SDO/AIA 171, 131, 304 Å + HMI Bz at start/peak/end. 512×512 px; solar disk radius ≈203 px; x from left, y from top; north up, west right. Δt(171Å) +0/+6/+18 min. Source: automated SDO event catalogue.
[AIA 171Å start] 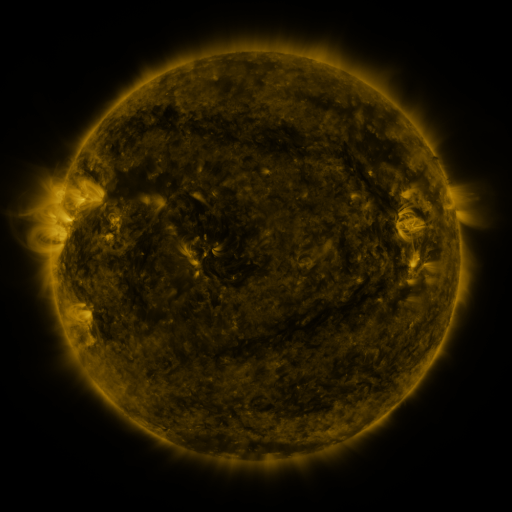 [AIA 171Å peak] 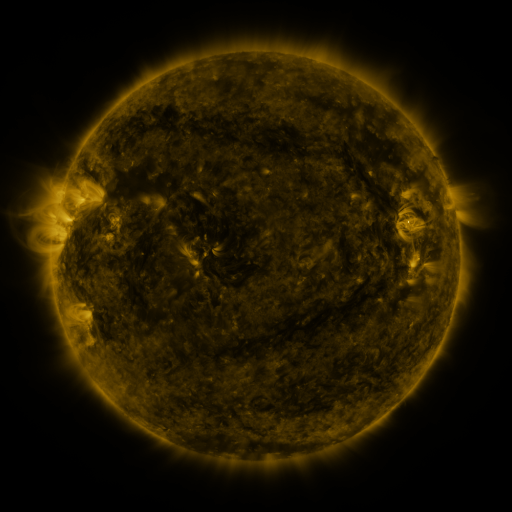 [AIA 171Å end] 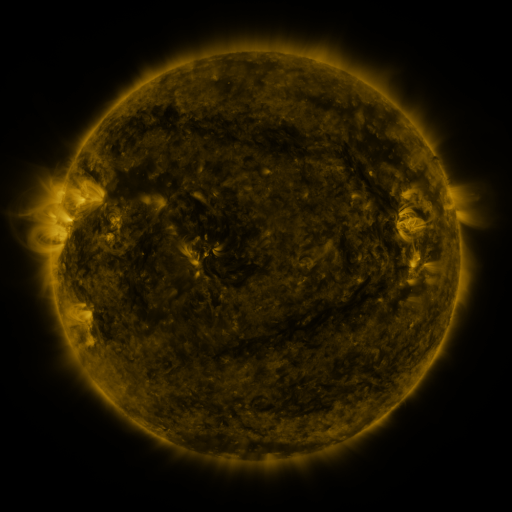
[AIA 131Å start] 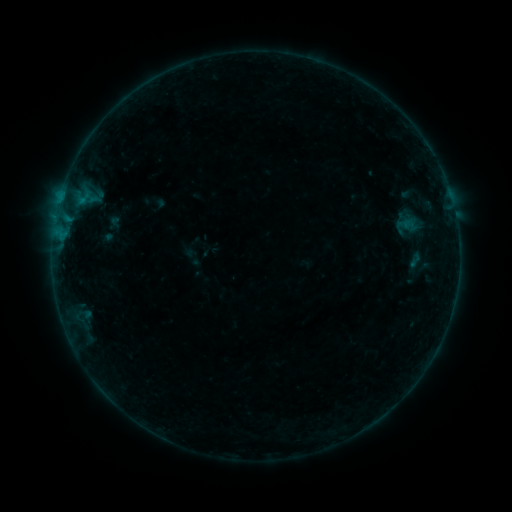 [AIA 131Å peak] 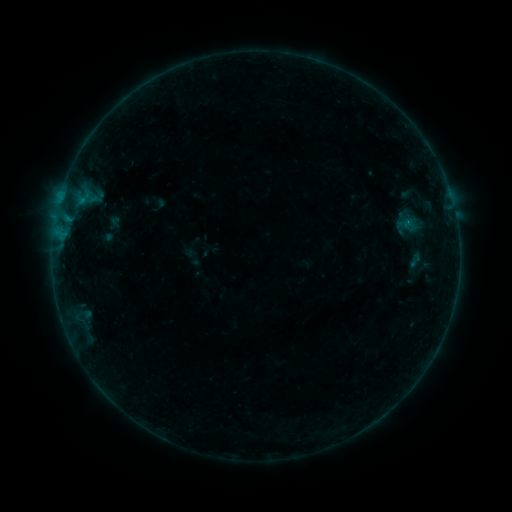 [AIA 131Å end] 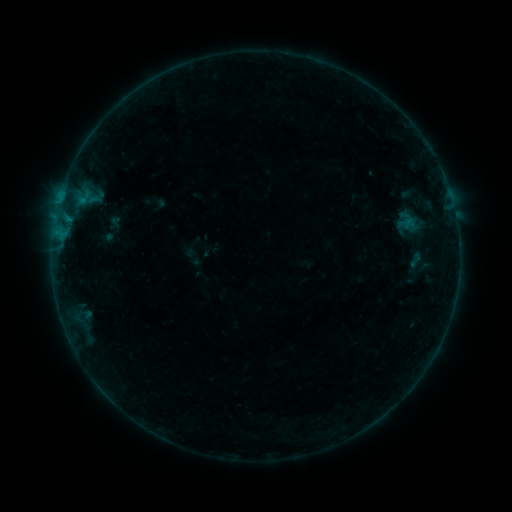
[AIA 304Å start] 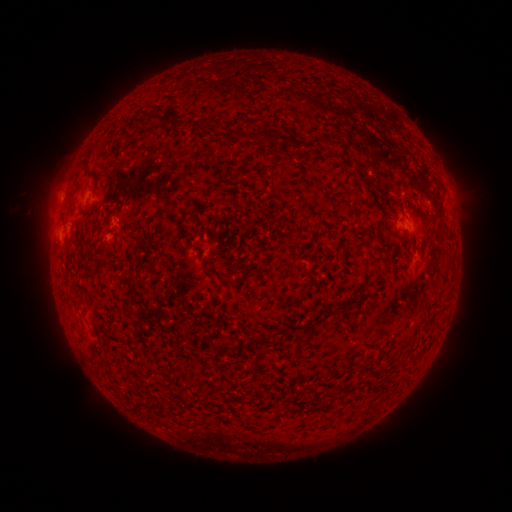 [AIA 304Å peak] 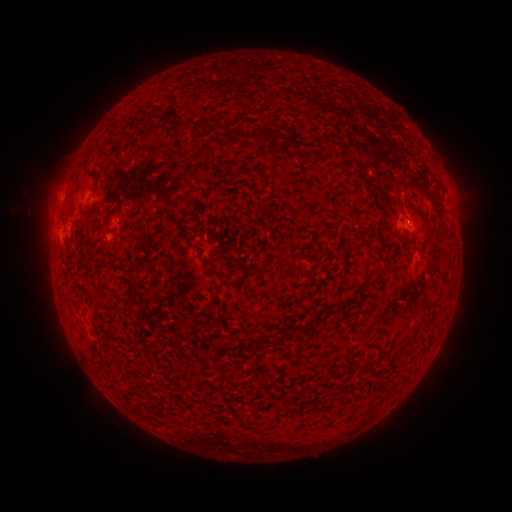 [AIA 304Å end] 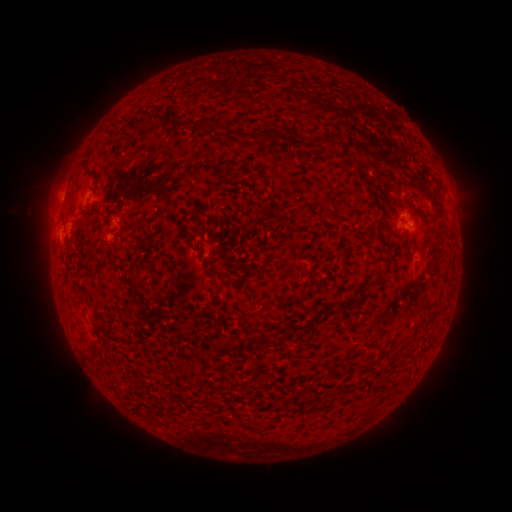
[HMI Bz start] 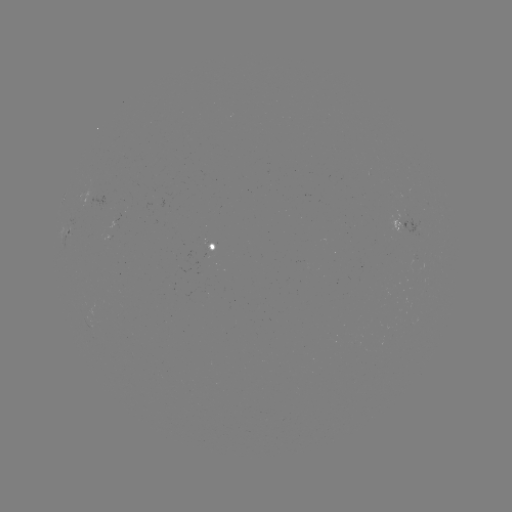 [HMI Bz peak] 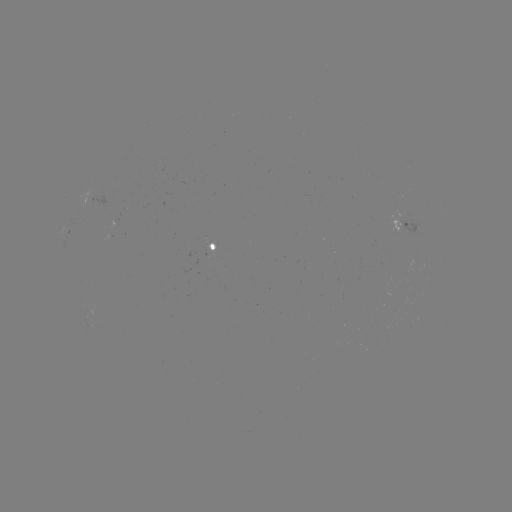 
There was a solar flare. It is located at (409, 223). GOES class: B2.0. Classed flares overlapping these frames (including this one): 1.